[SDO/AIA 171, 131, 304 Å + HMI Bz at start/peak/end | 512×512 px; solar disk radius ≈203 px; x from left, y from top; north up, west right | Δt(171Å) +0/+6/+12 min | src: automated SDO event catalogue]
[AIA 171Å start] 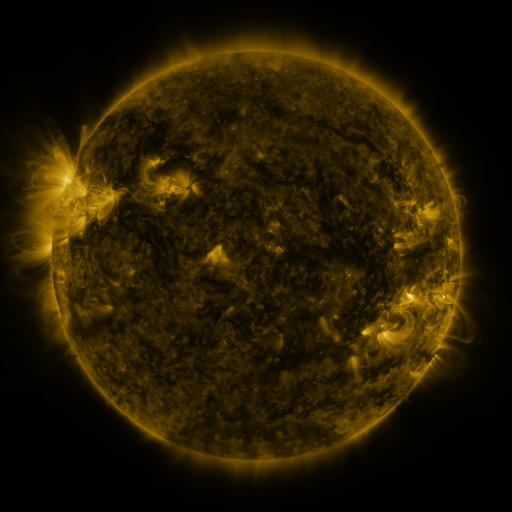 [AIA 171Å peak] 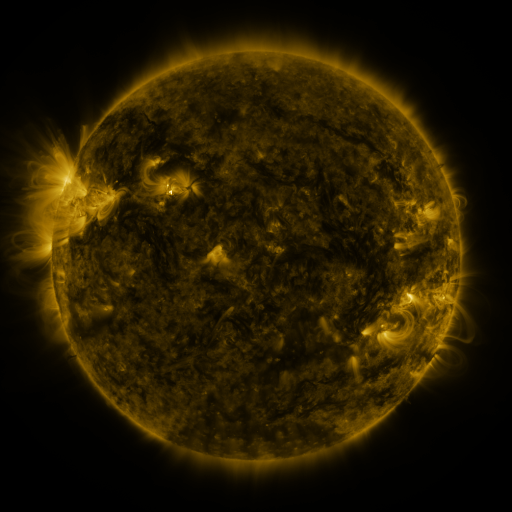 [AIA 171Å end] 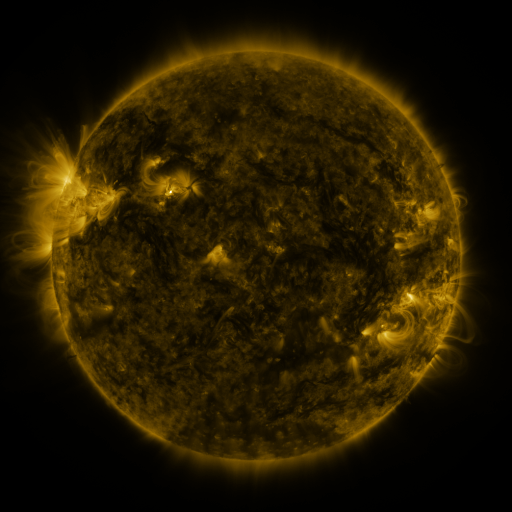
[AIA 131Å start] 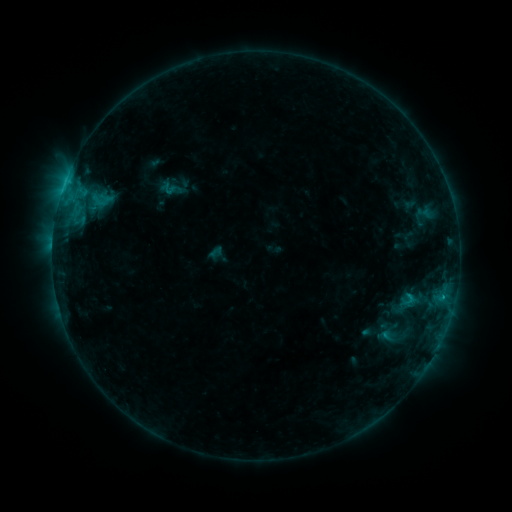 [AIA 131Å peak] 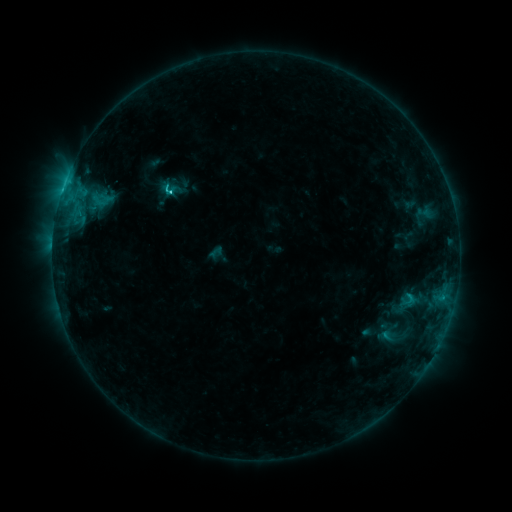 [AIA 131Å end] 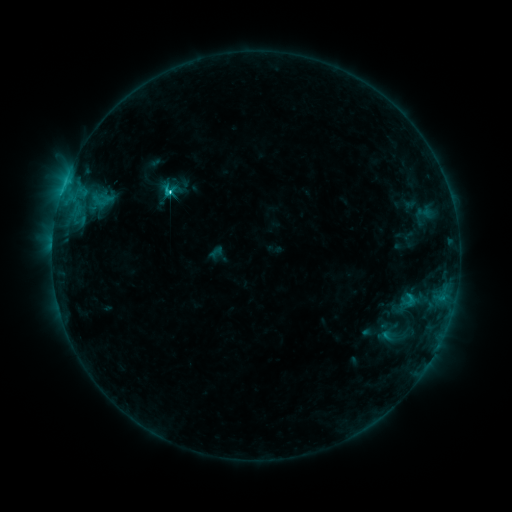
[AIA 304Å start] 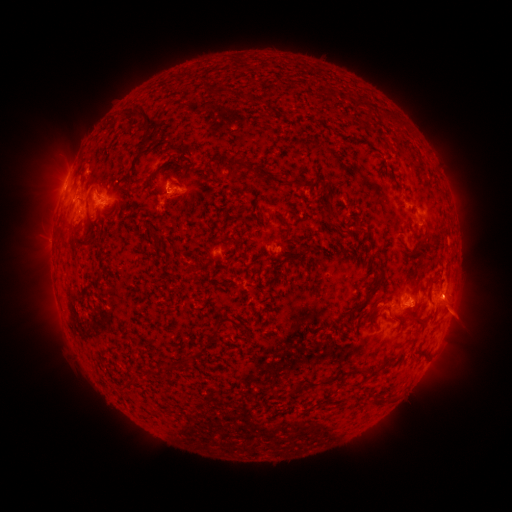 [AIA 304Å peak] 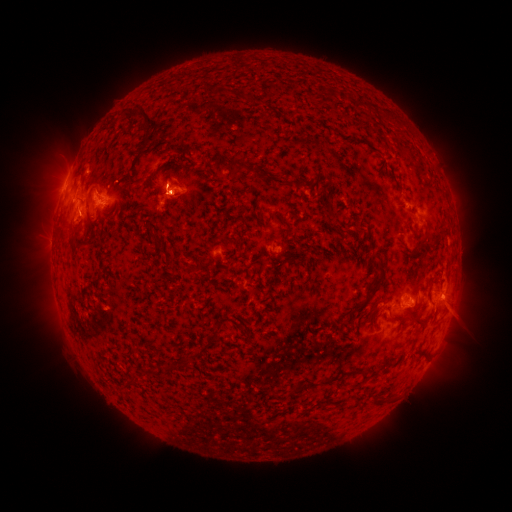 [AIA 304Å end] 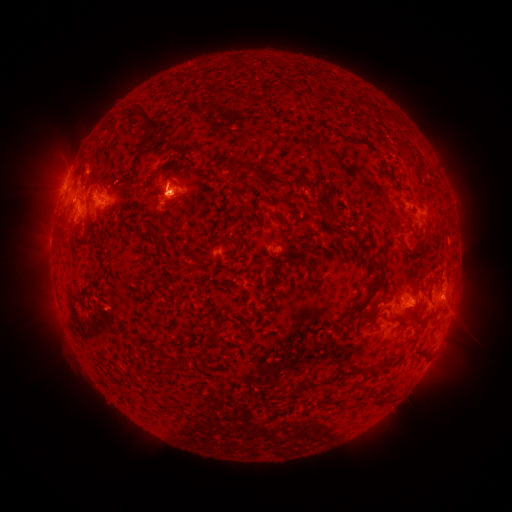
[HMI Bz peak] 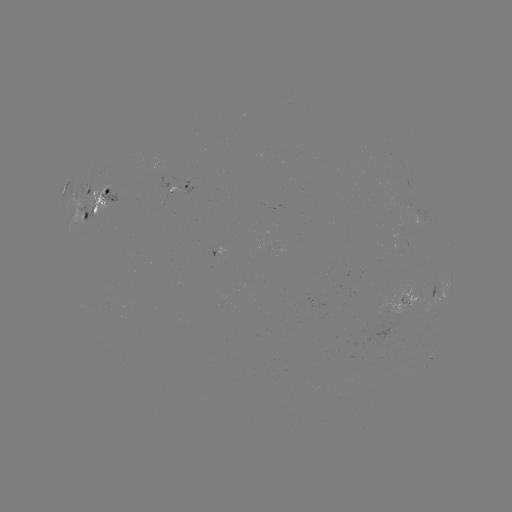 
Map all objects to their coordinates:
C4.7 flare: (168, 192)
